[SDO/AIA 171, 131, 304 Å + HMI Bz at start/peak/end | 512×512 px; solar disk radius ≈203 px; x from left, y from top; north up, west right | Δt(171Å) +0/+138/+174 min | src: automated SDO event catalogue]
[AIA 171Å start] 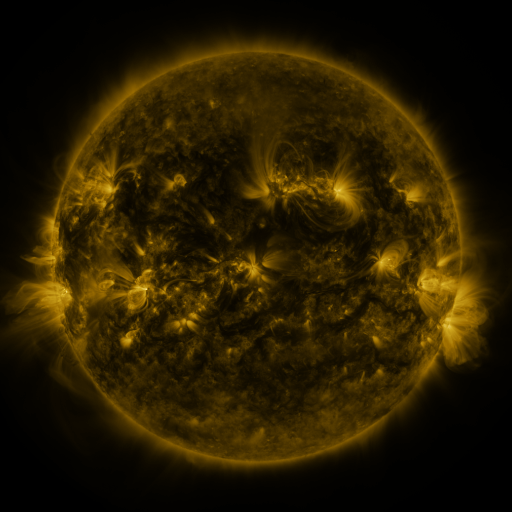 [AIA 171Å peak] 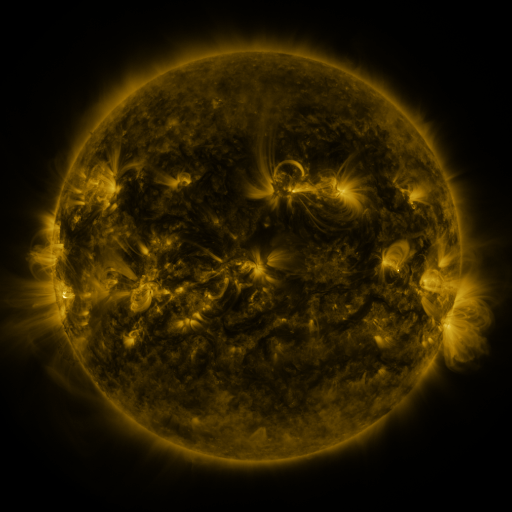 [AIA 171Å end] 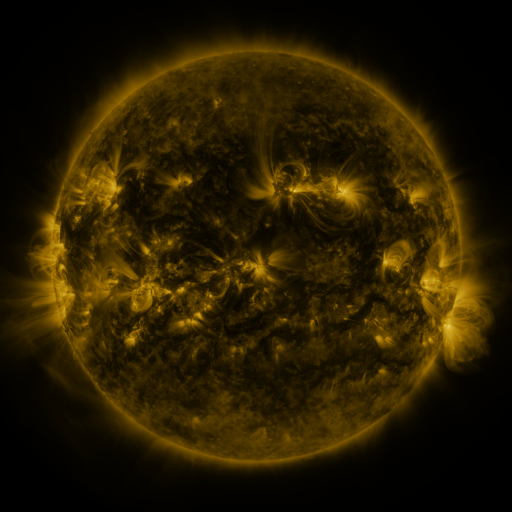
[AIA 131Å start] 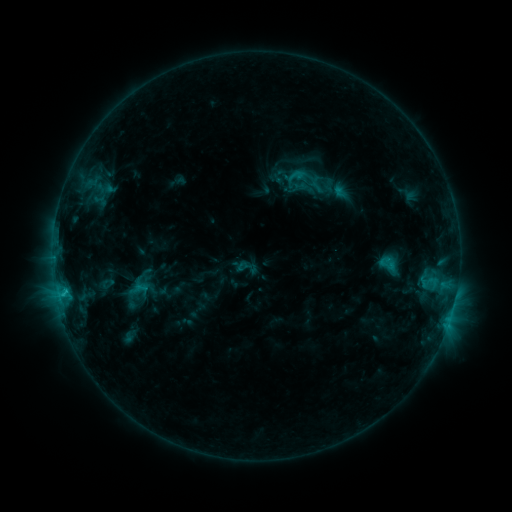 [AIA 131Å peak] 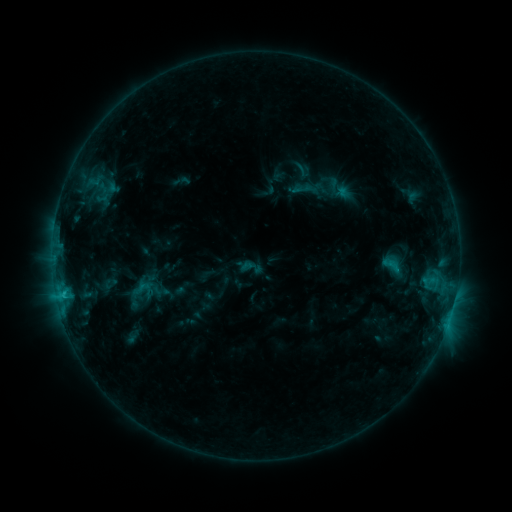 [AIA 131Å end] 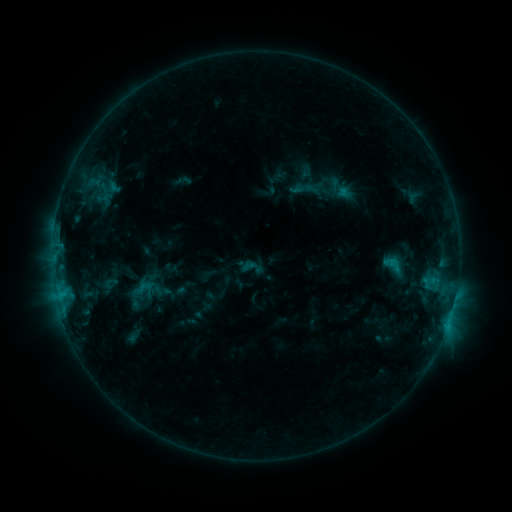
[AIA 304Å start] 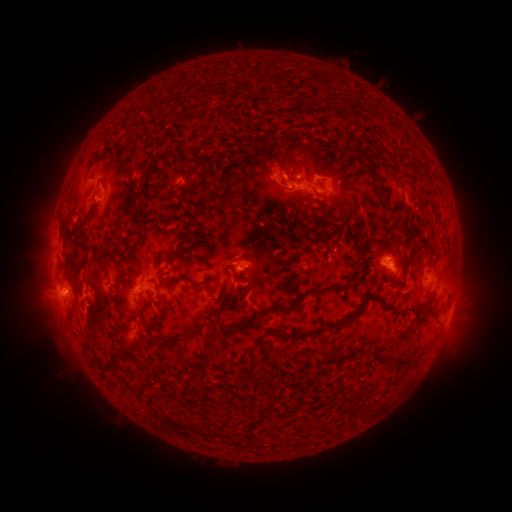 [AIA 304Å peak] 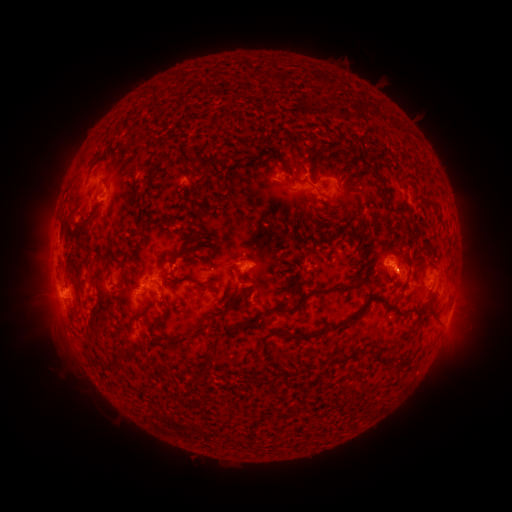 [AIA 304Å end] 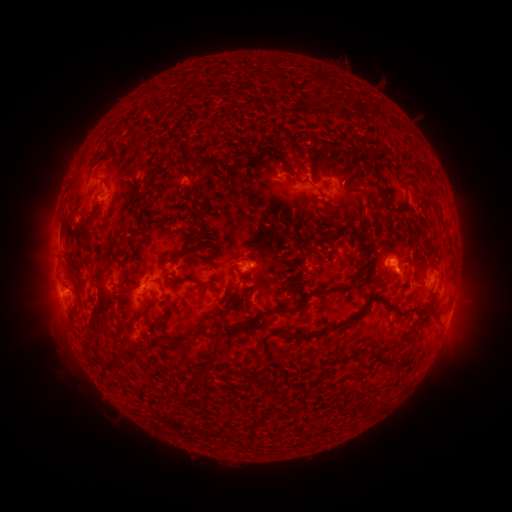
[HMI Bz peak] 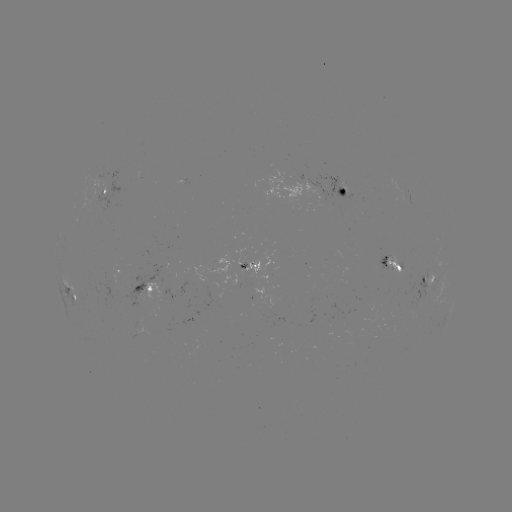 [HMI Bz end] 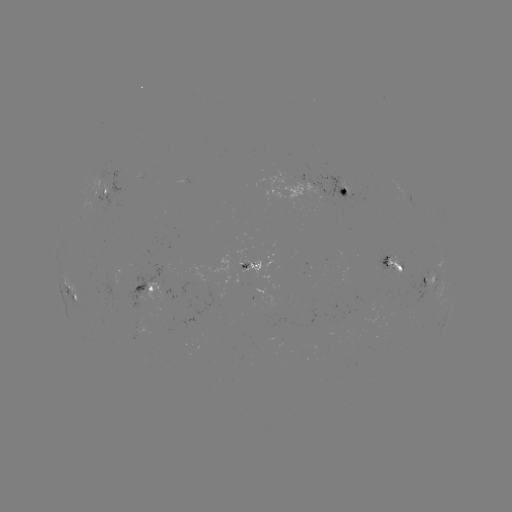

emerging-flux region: (386, 254, 402, 275)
